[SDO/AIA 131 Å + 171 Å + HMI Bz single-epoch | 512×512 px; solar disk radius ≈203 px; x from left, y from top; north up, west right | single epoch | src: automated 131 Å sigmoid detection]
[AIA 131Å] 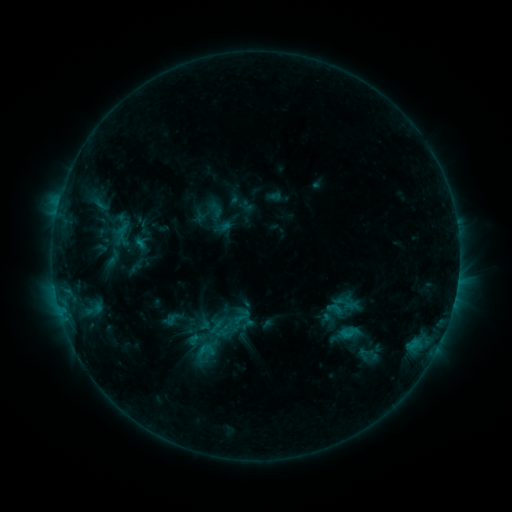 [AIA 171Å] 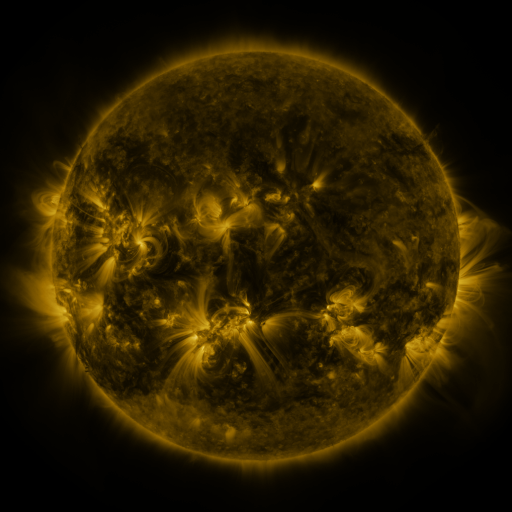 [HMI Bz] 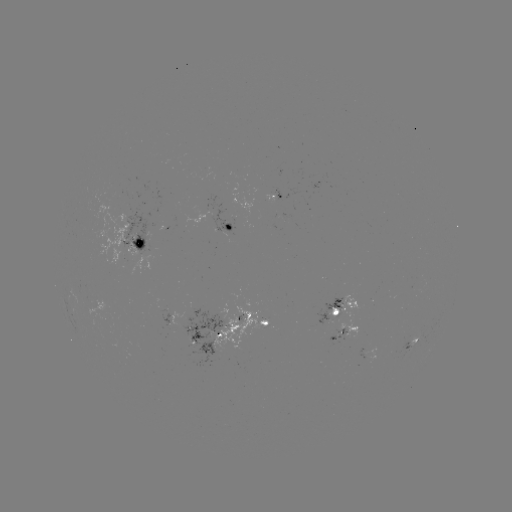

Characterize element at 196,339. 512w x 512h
sigmoid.